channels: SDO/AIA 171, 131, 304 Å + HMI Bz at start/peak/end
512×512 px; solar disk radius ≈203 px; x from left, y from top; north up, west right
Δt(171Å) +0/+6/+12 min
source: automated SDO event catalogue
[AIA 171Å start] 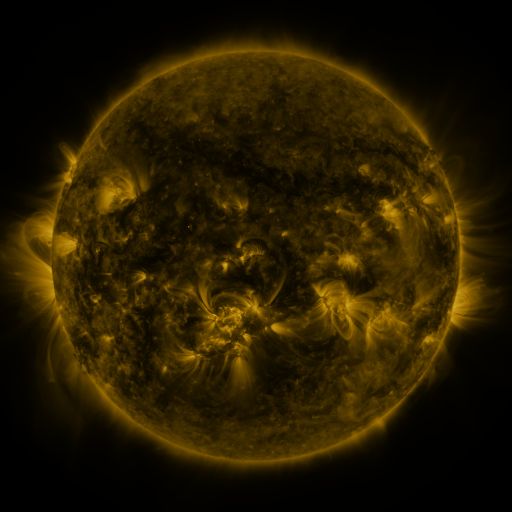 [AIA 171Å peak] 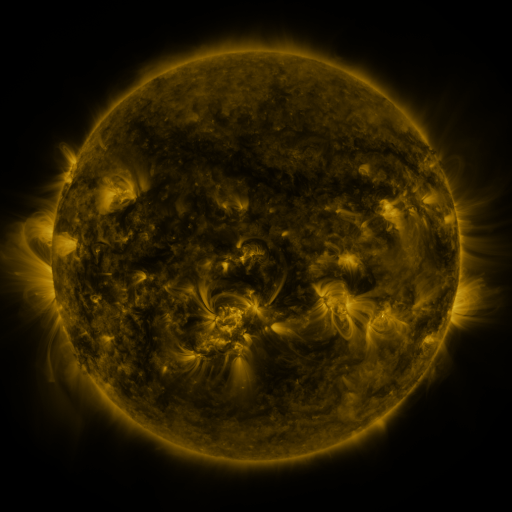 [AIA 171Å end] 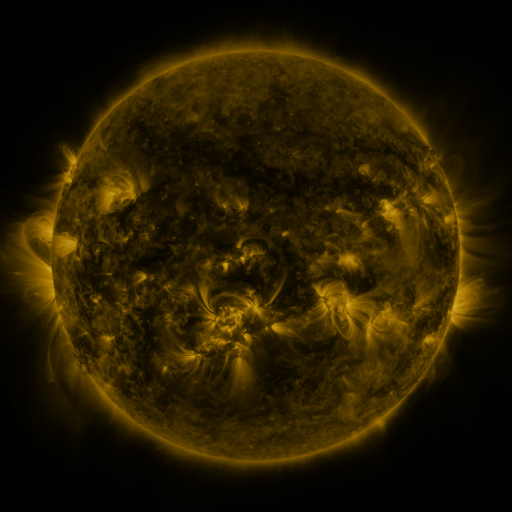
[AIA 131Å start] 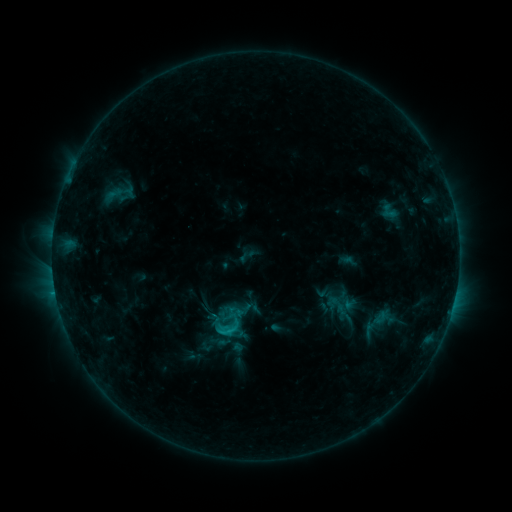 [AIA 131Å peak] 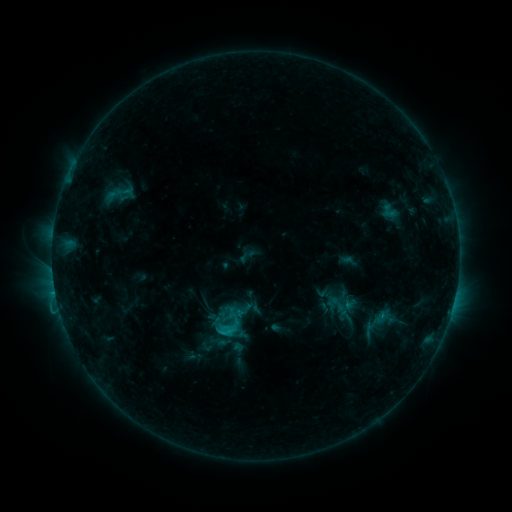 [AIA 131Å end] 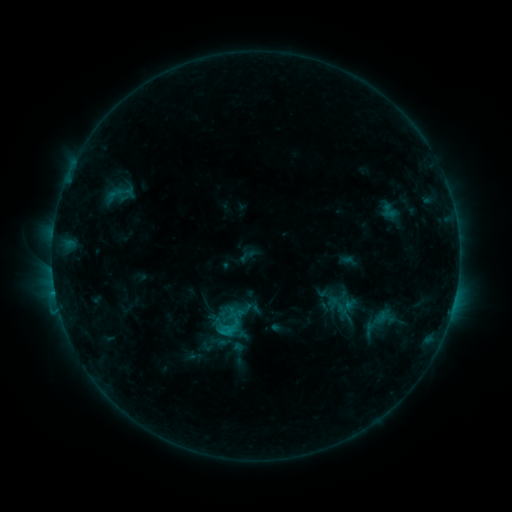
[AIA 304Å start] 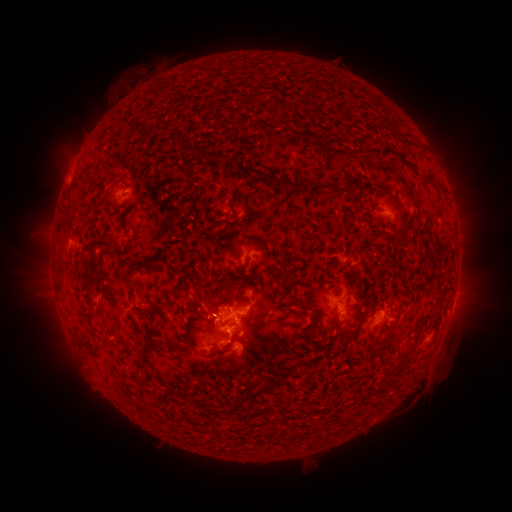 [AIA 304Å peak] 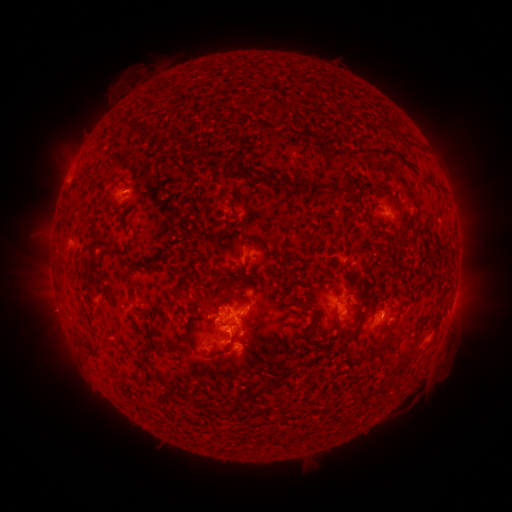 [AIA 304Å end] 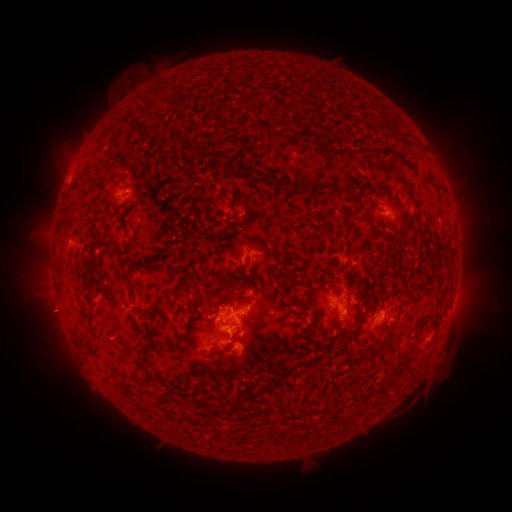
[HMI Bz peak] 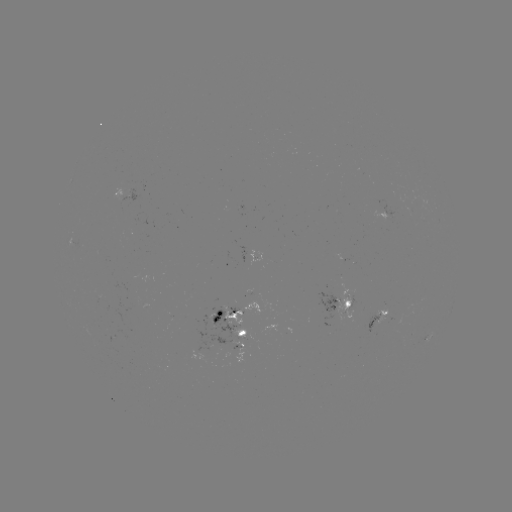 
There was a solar eruption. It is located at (50, 315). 